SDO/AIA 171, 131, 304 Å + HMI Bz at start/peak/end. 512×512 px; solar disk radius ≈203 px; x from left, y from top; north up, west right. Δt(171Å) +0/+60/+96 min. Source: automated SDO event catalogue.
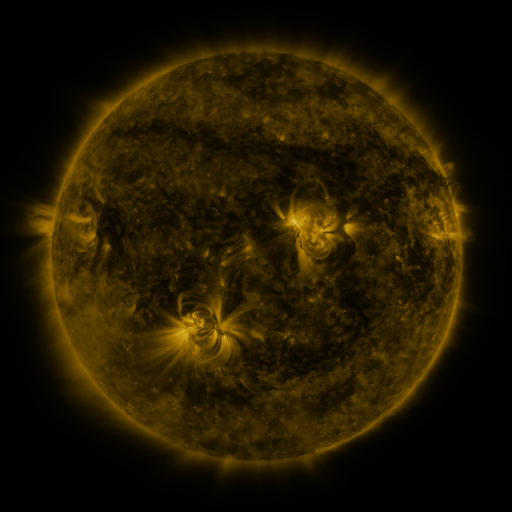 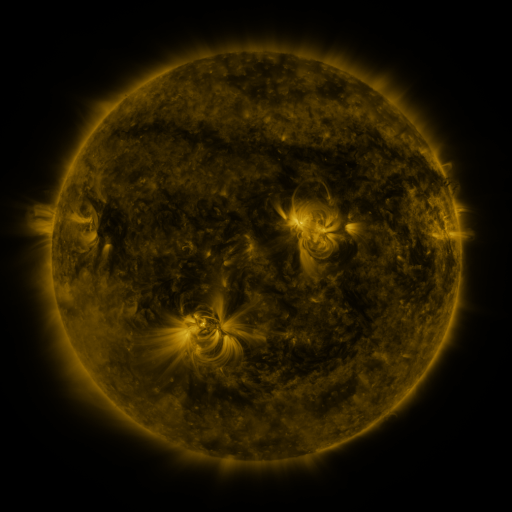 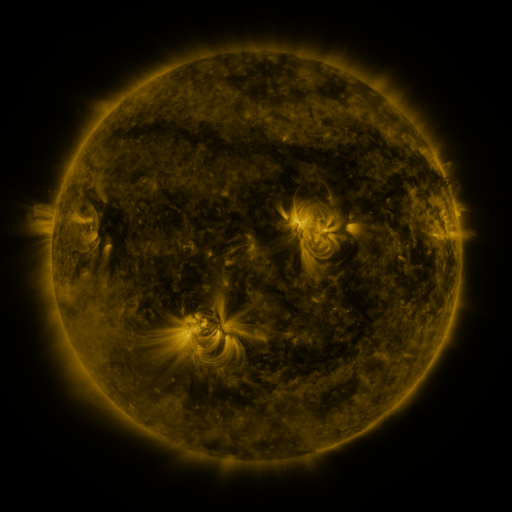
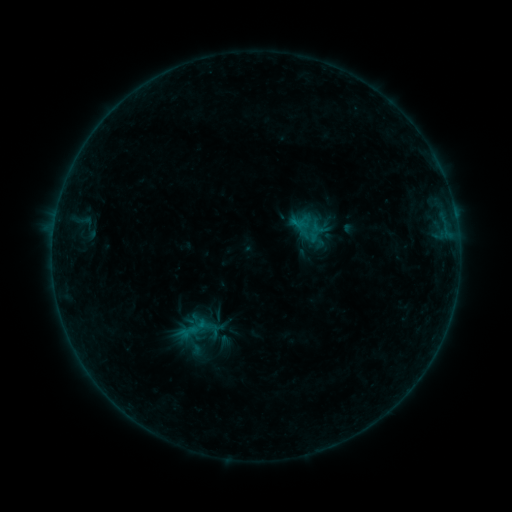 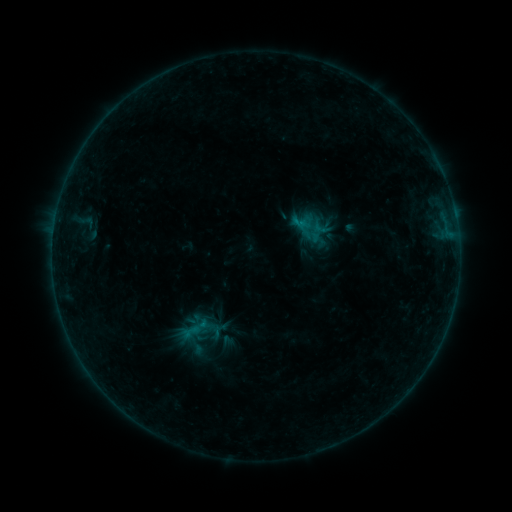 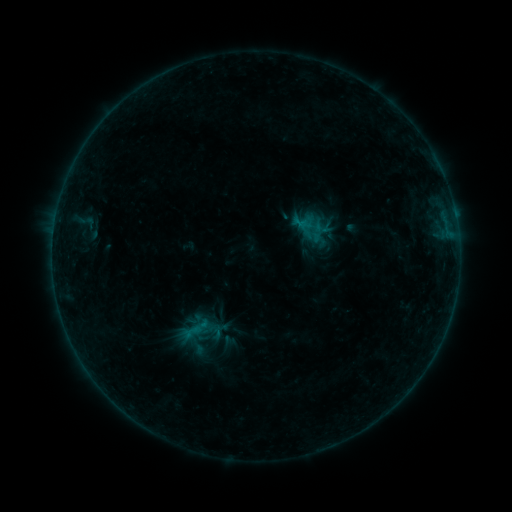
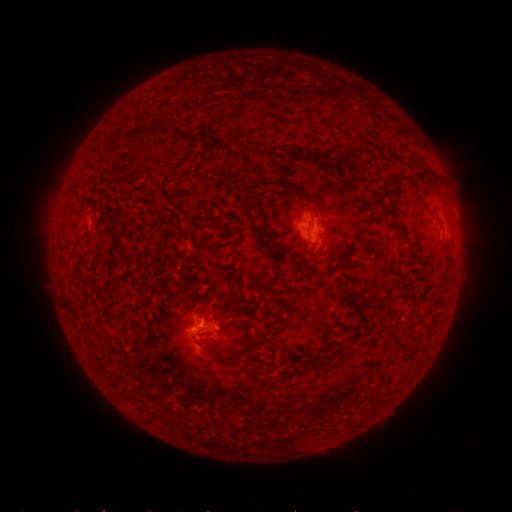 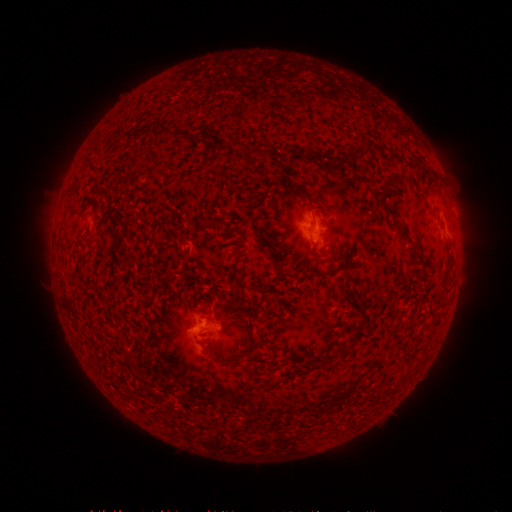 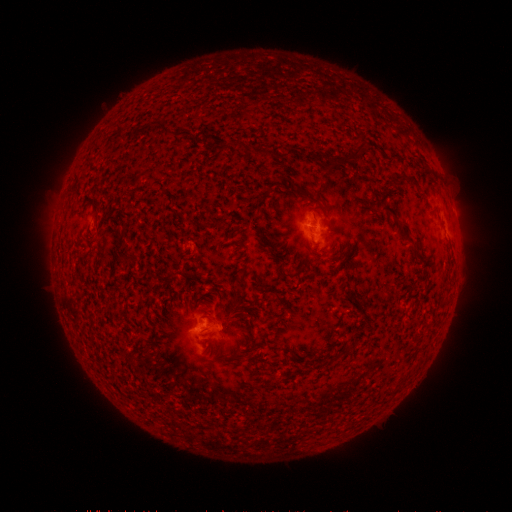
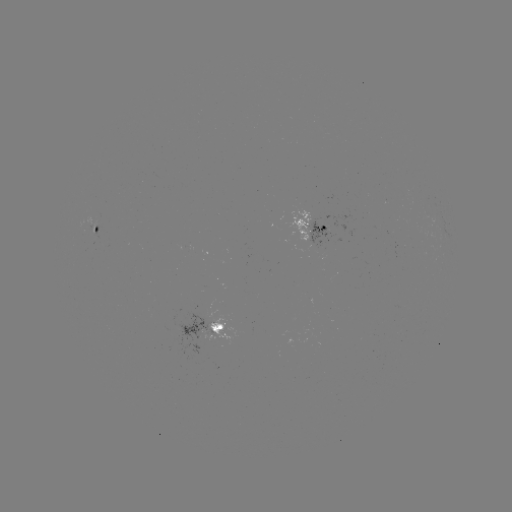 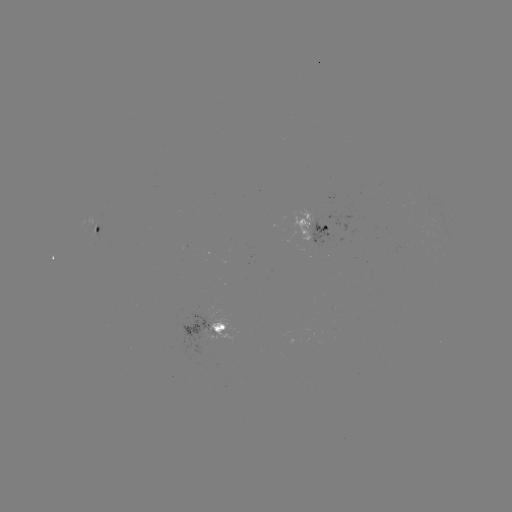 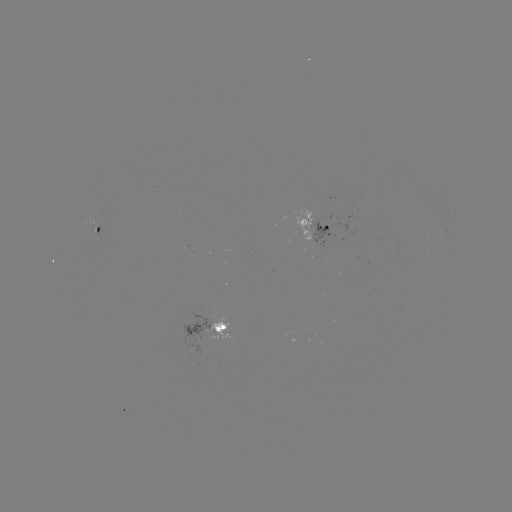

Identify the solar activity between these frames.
emerging-flux region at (91, 226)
